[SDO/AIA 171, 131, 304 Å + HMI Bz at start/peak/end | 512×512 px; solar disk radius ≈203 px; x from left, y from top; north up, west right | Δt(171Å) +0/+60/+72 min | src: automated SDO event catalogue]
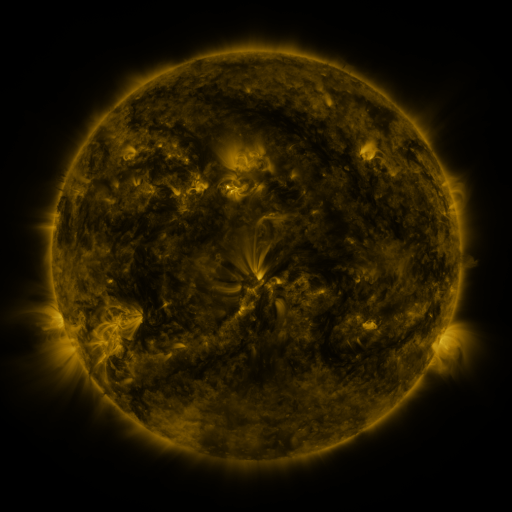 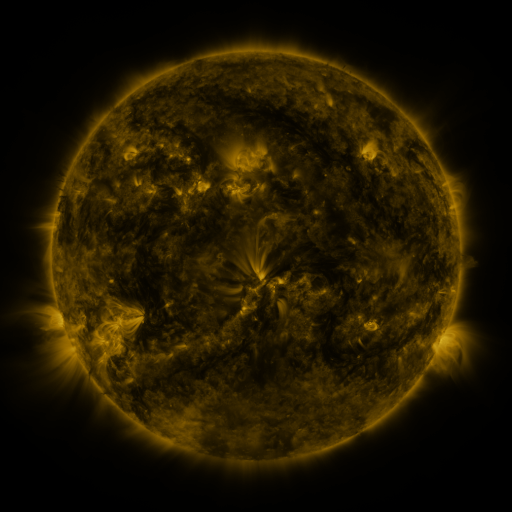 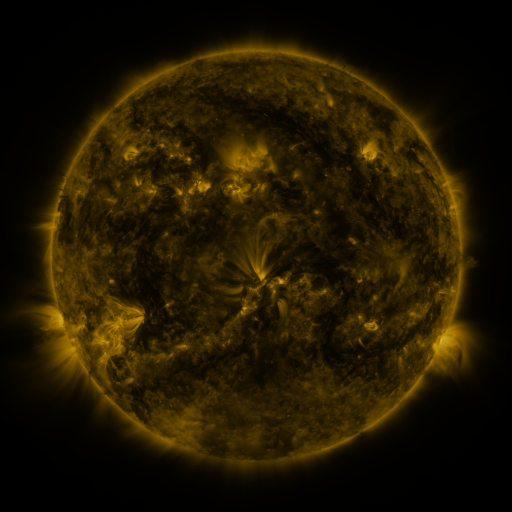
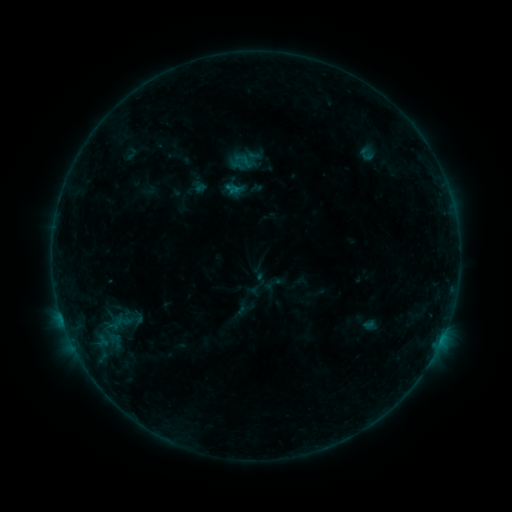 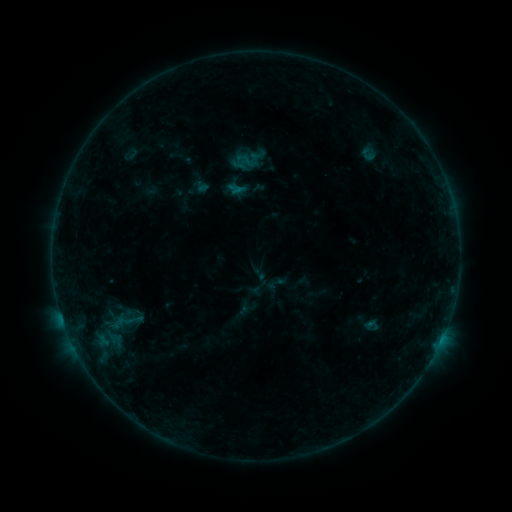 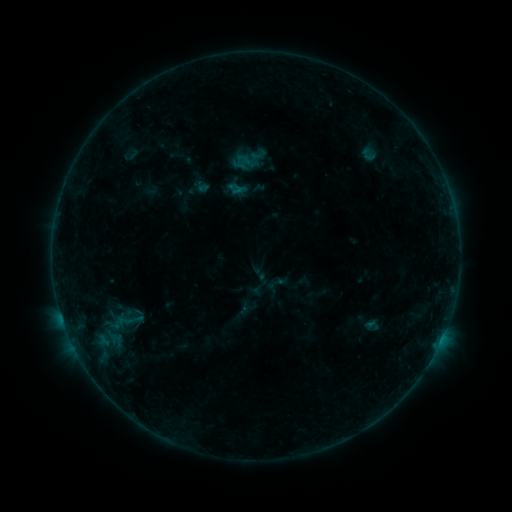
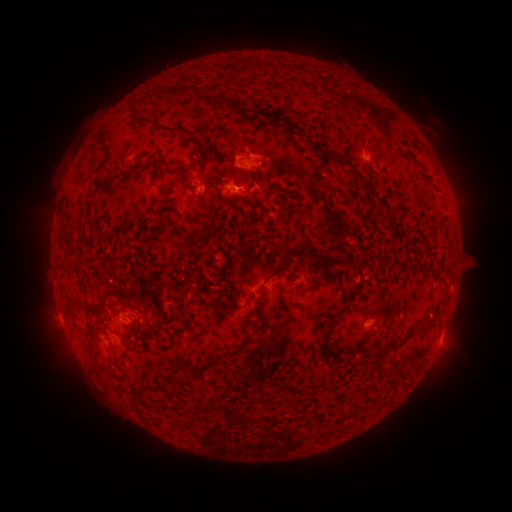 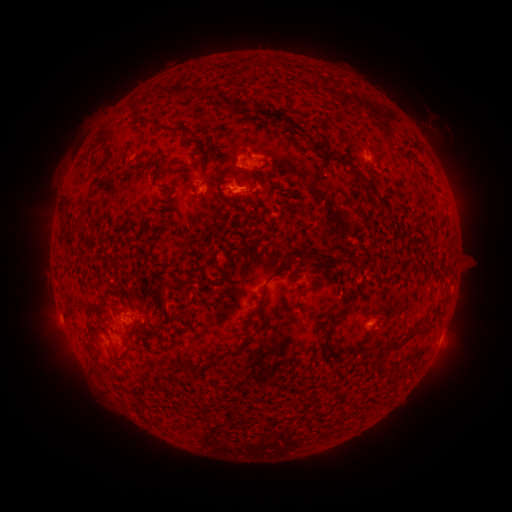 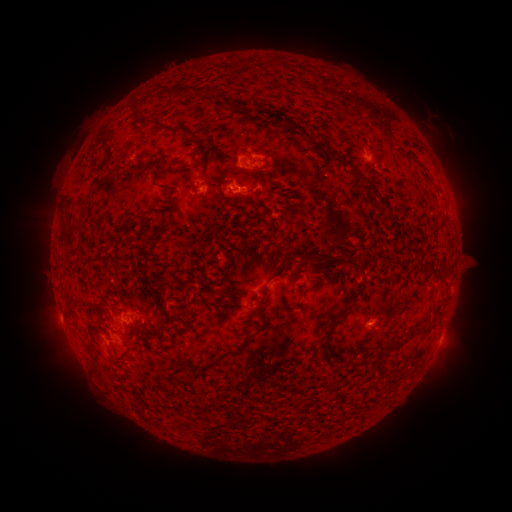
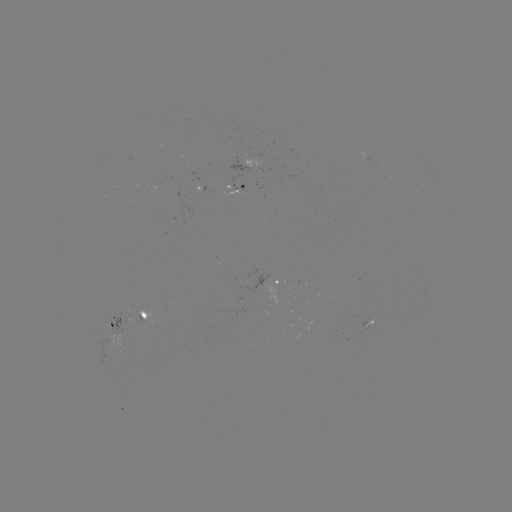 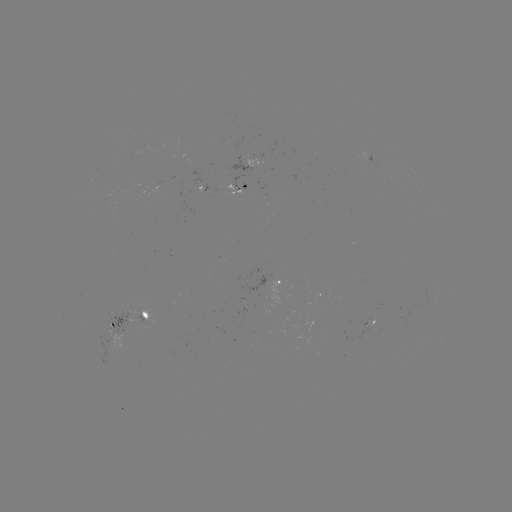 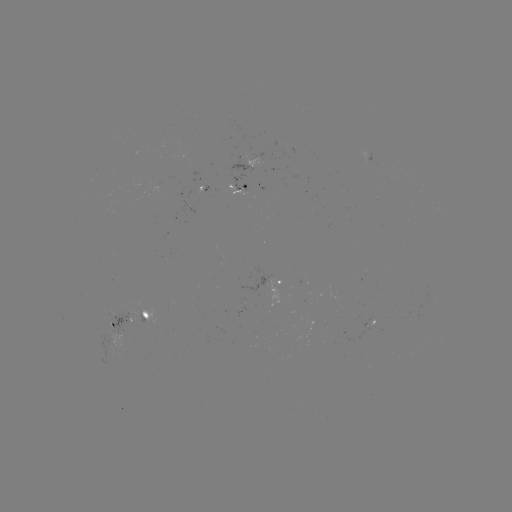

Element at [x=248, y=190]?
emerging-flux region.